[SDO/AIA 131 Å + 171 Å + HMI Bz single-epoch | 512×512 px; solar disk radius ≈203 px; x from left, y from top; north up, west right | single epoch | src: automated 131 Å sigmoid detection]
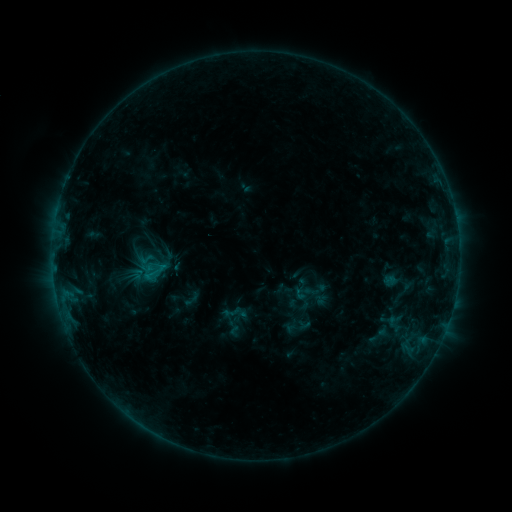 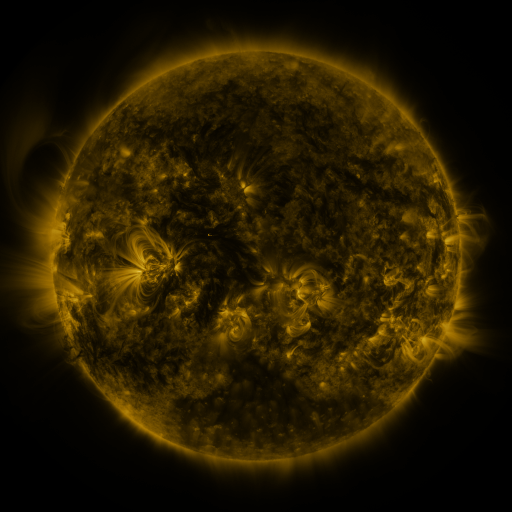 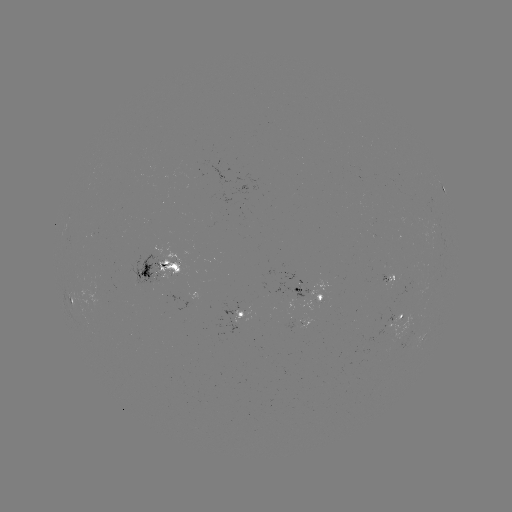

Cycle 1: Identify sigmoid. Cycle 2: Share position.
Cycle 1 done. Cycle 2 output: (154, 271).